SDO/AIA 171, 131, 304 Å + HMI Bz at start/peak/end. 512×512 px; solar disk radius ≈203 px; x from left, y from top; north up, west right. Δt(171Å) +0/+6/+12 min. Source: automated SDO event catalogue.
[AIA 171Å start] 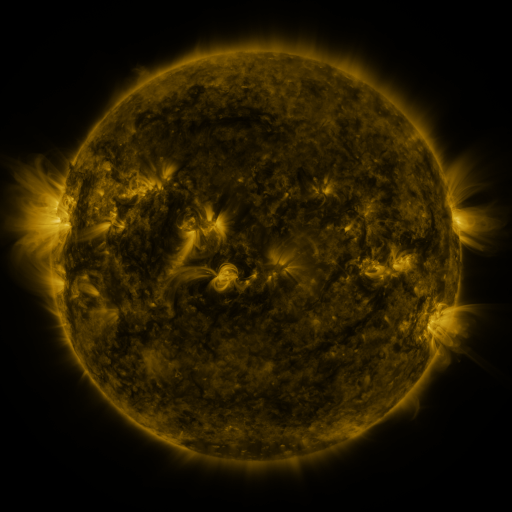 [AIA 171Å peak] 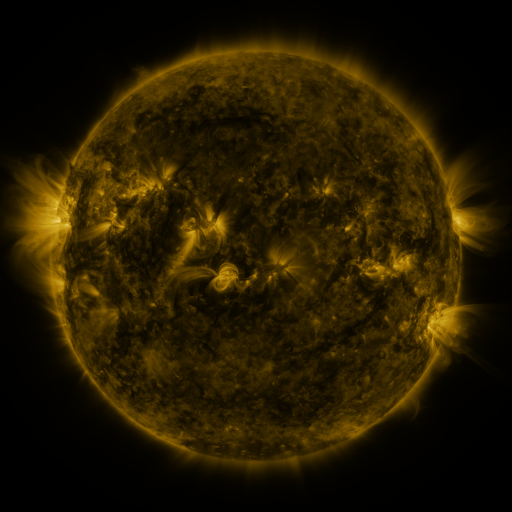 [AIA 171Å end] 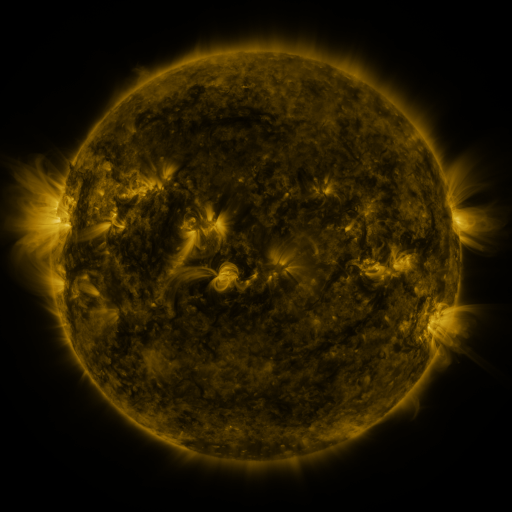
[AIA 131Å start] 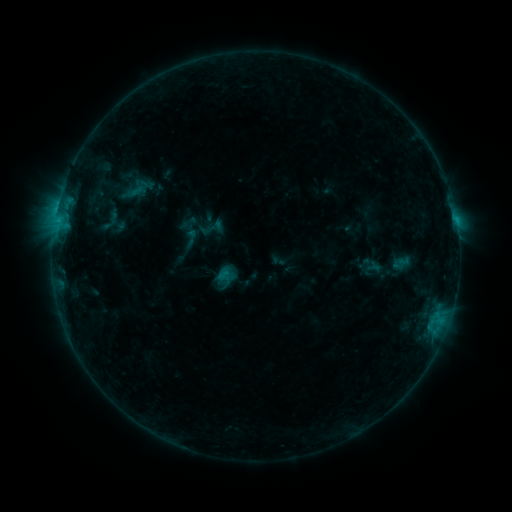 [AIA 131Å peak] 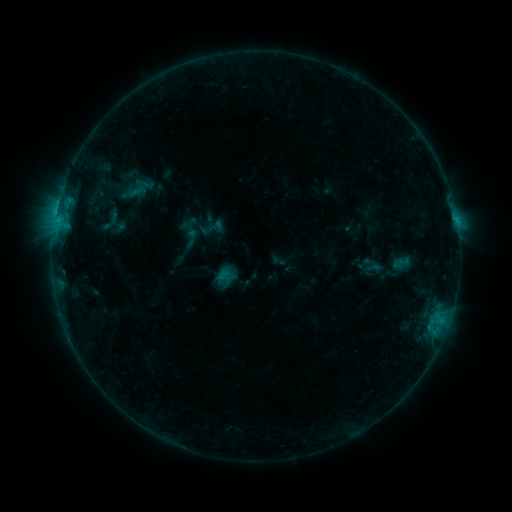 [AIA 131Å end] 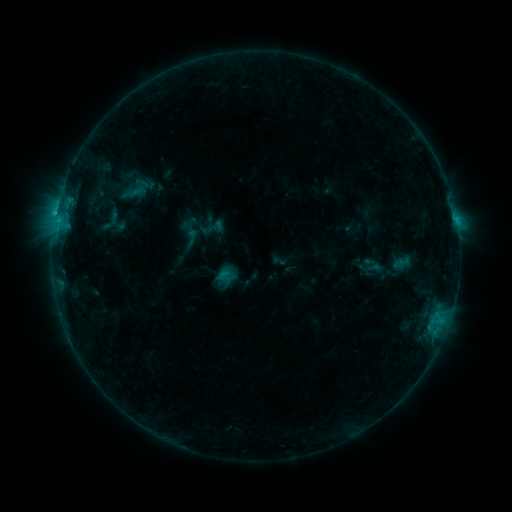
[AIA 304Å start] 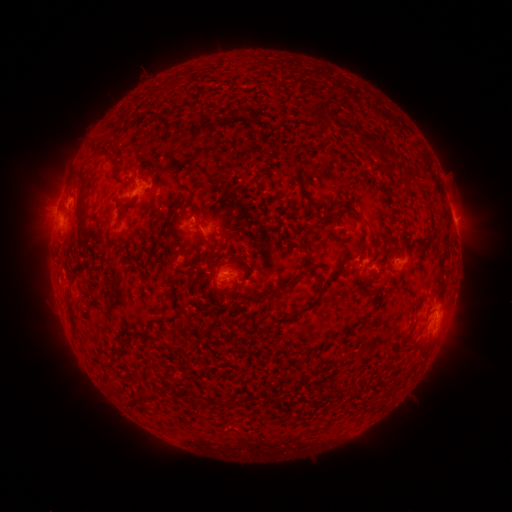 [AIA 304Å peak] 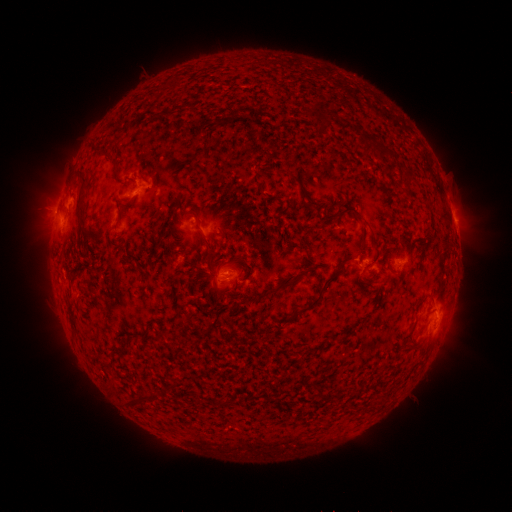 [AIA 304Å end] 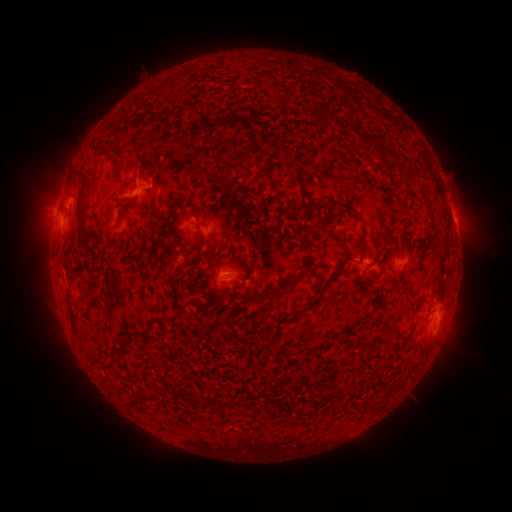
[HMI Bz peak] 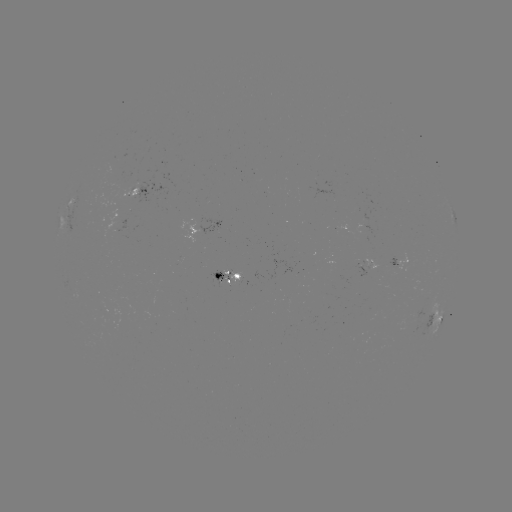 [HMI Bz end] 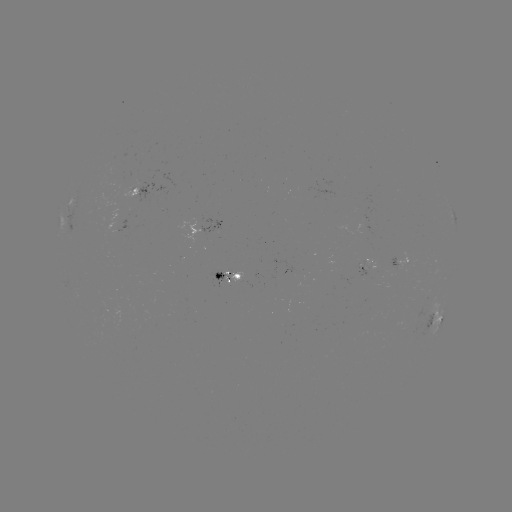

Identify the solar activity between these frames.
B8.4 flare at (56, 216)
